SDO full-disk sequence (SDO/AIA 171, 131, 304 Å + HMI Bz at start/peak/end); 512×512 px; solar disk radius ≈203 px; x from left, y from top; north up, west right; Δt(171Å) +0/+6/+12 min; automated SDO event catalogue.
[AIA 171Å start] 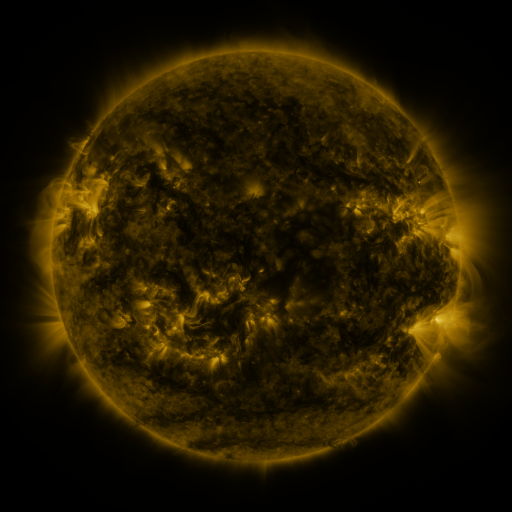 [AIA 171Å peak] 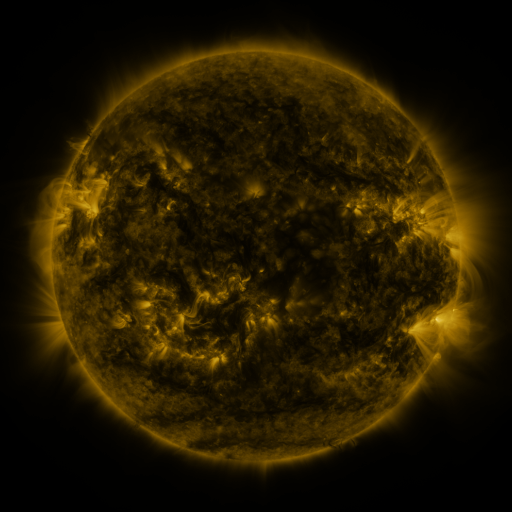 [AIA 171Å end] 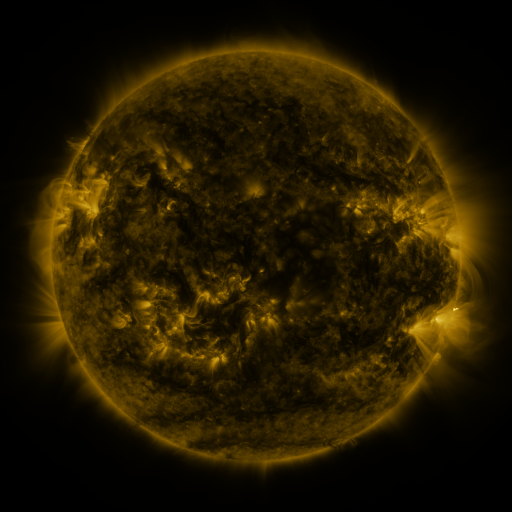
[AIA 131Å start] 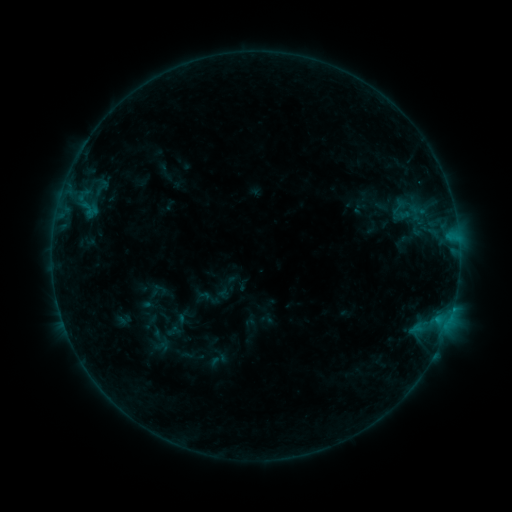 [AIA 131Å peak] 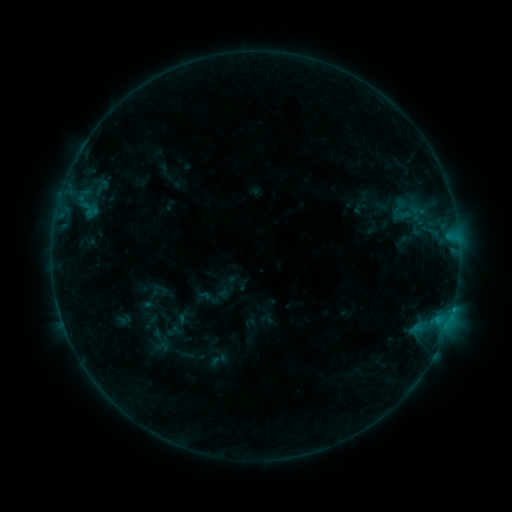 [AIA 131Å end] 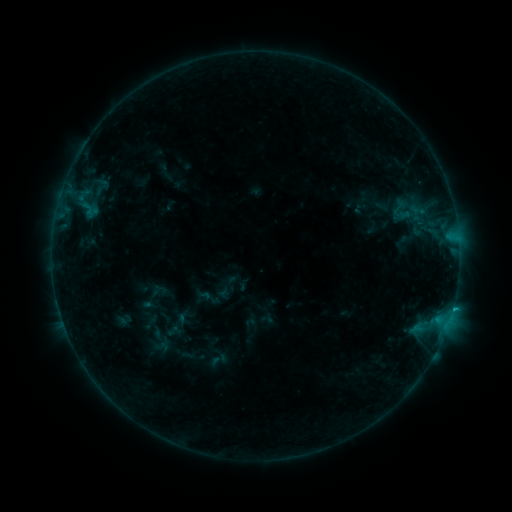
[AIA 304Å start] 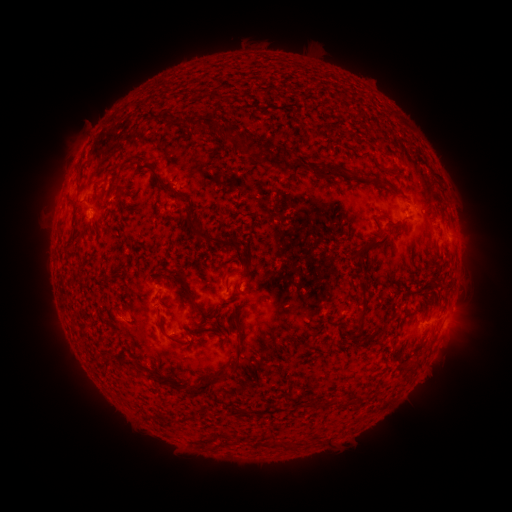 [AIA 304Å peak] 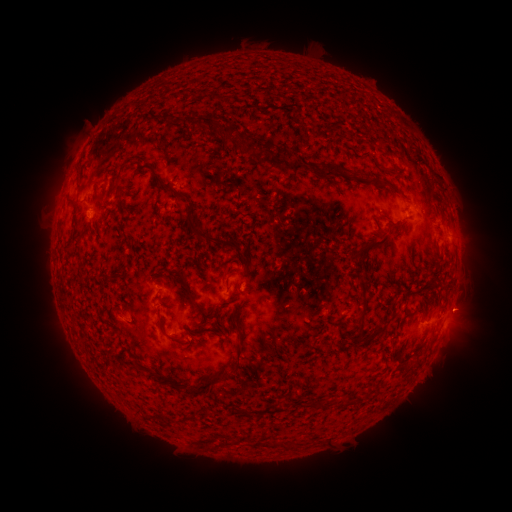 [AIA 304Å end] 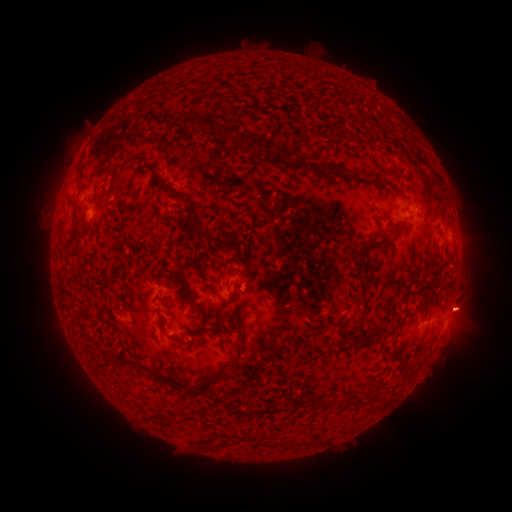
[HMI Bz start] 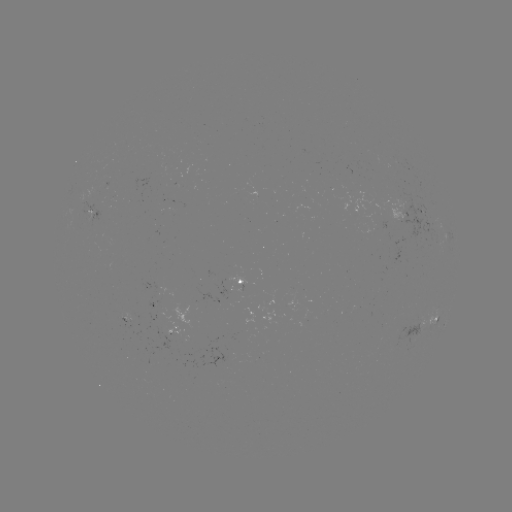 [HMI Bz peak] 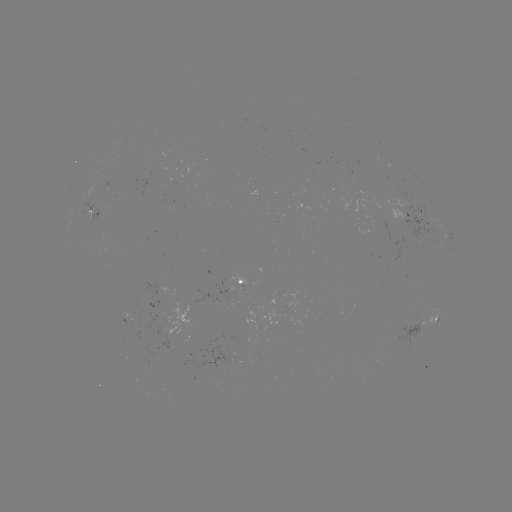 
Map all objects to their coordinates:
eruption: (466, 307)
